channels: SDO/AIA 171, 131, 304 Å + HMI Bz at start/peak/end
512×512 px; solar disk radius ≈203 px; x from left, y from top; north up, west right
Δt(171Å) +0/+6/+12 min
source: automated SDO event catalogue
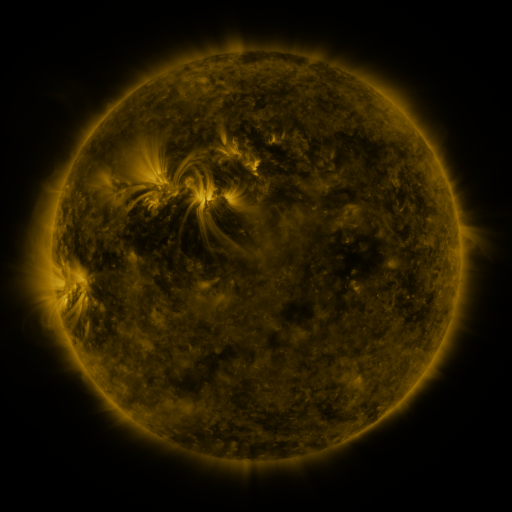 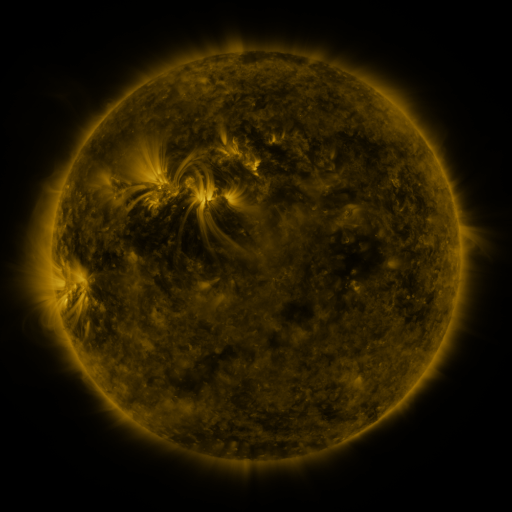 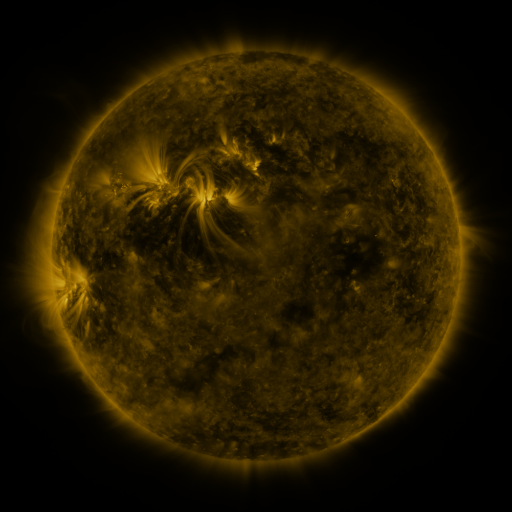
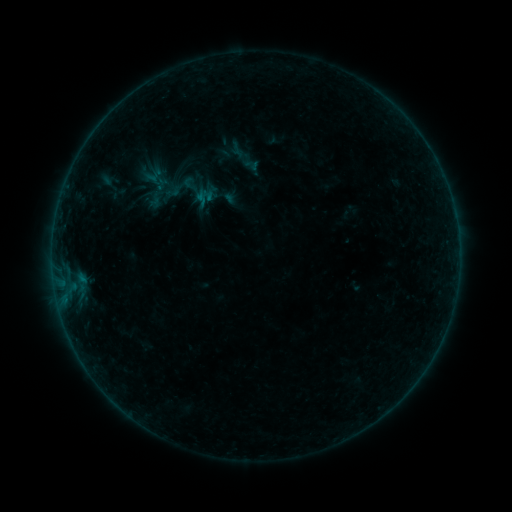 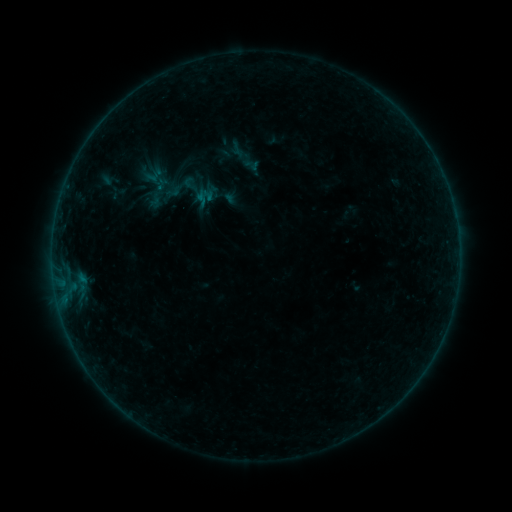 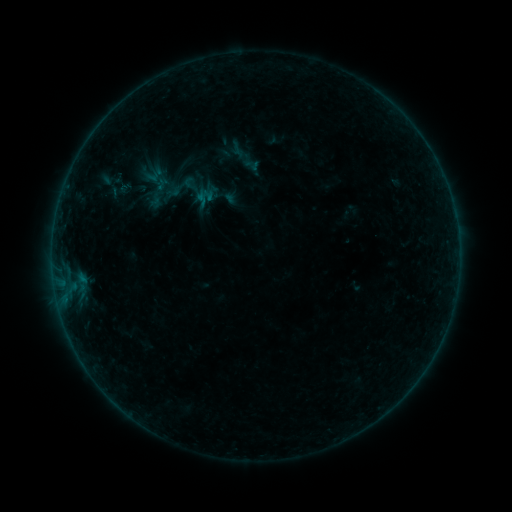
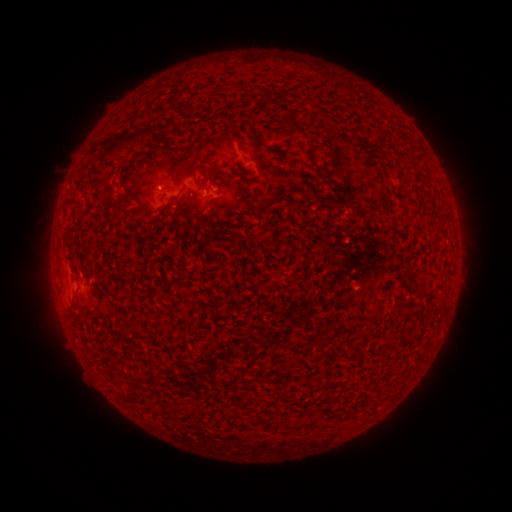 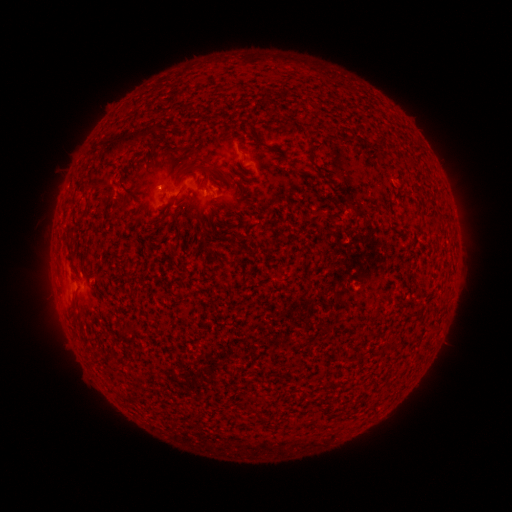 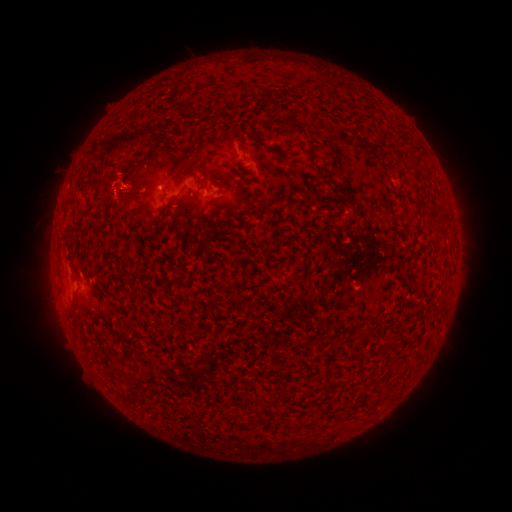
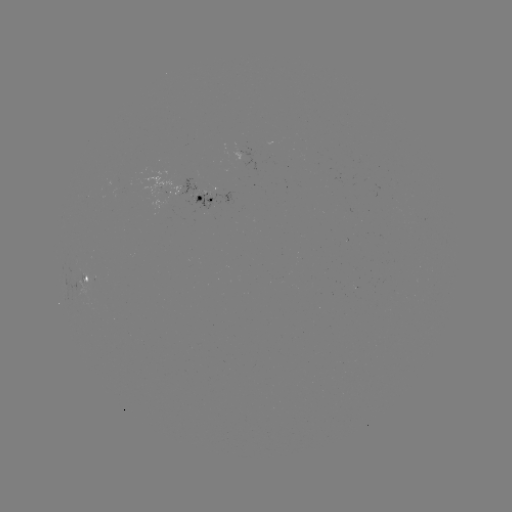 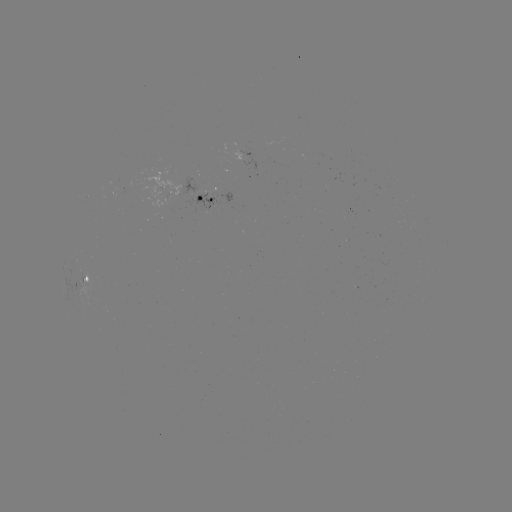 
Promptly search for eruption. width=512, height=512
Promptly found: (118, 183).